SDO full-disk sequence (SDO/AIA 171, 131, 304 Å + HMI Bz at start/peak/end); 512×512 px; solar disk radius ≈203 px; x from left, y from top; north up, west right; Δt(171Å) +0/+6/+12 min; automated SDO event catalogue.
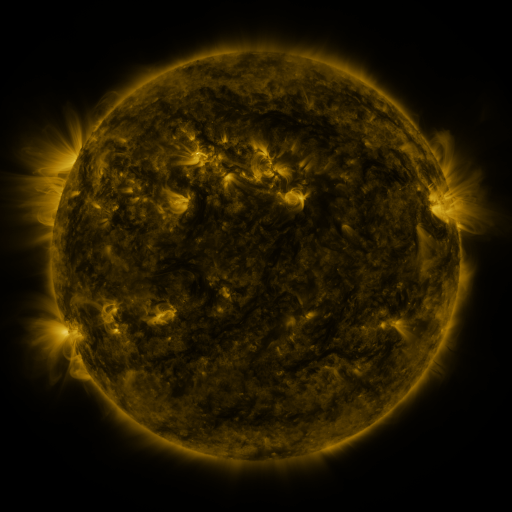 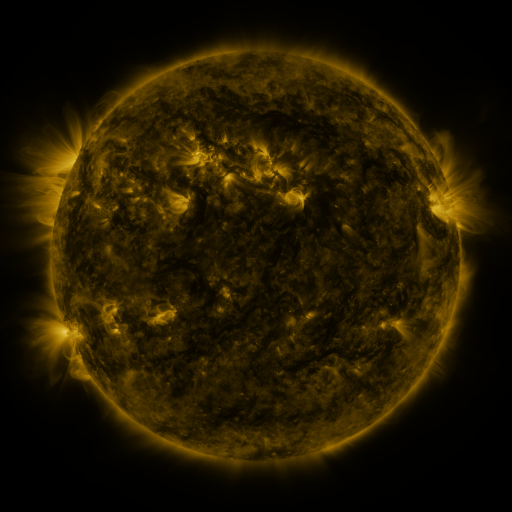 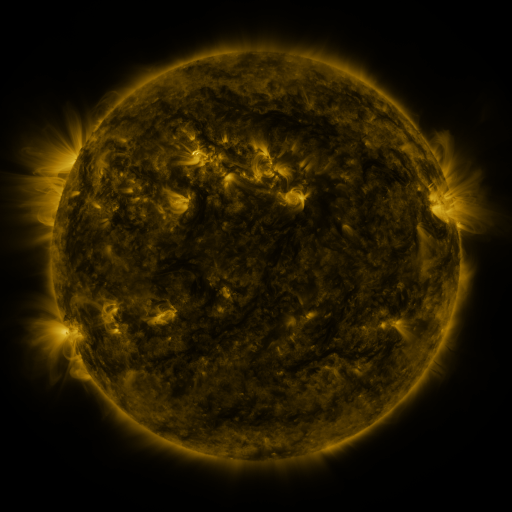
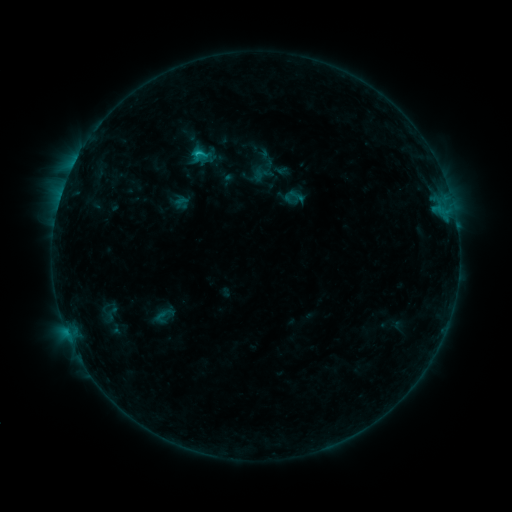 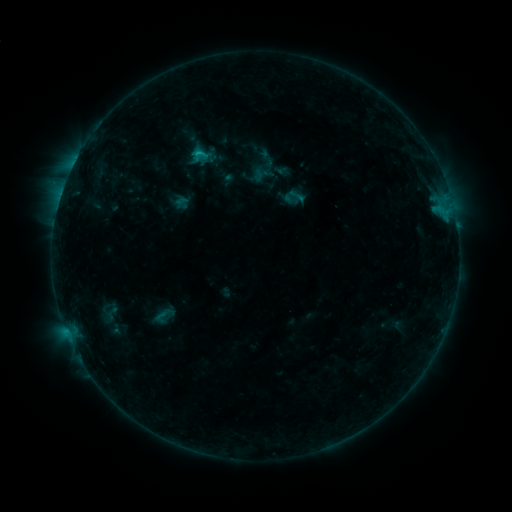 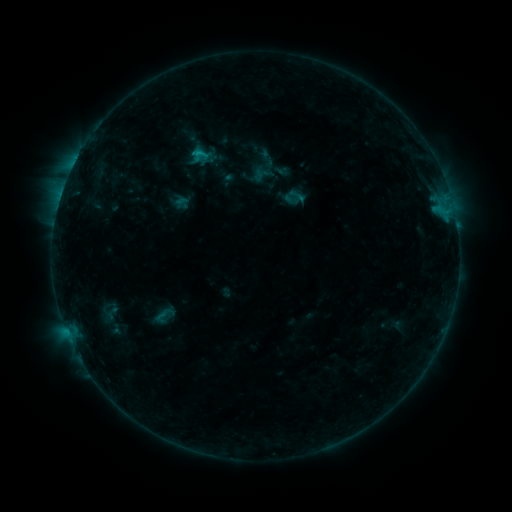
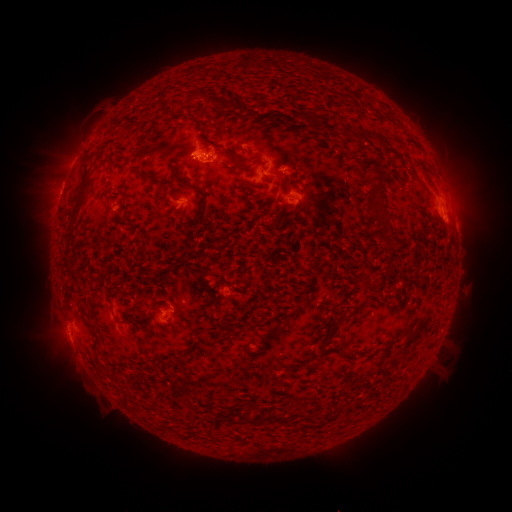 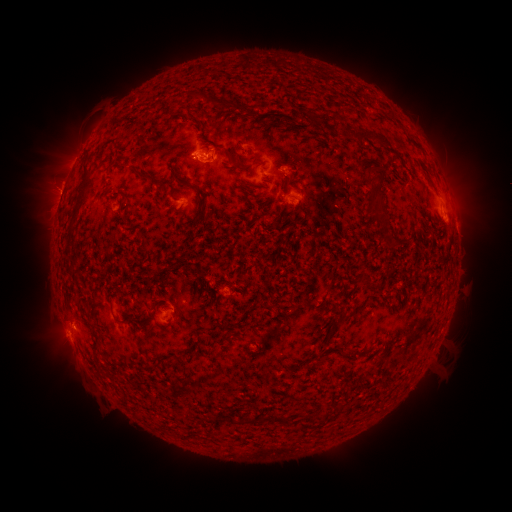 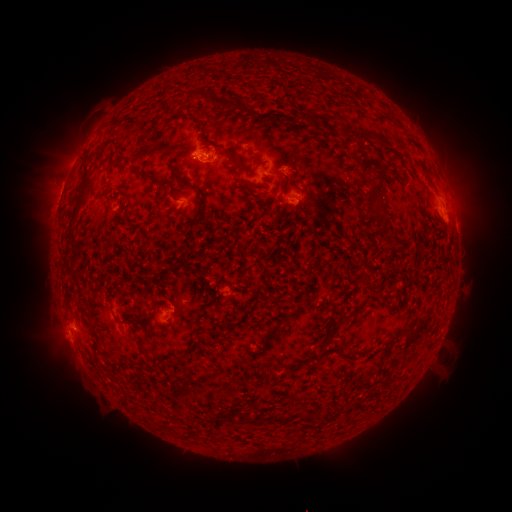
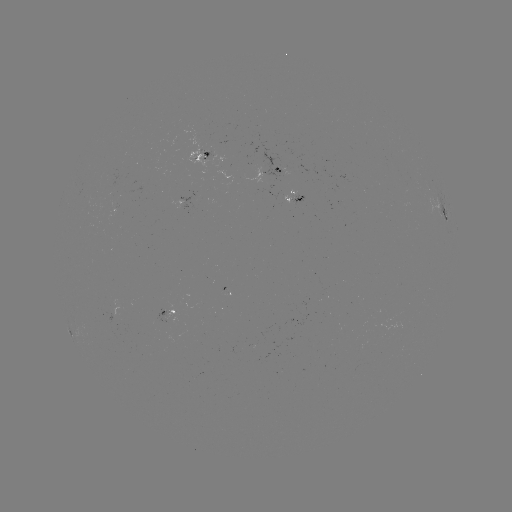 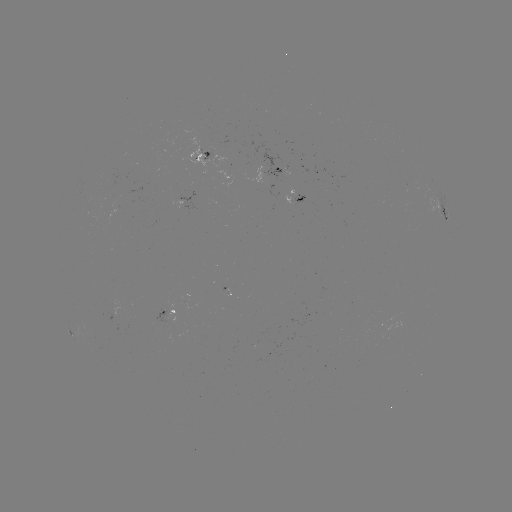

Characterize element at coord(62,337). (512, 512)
eruption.